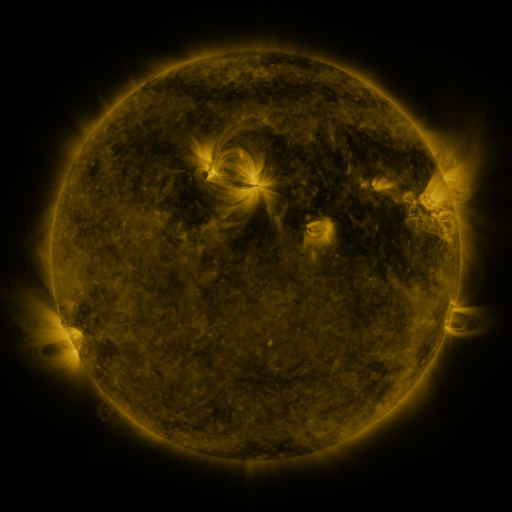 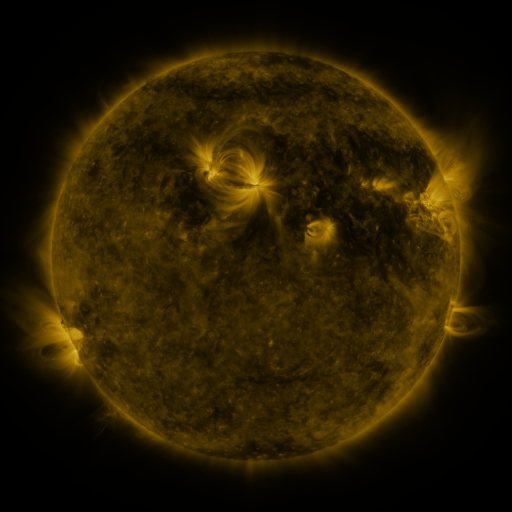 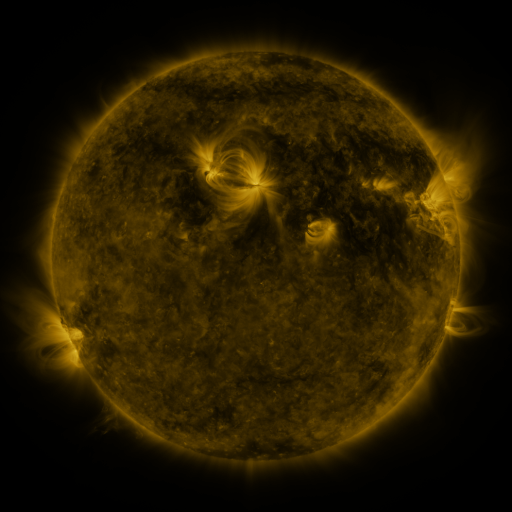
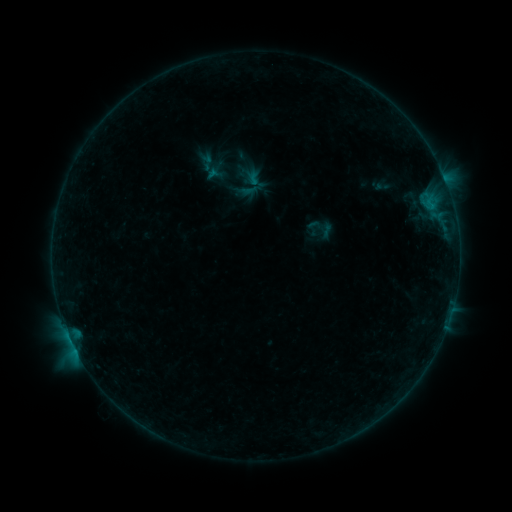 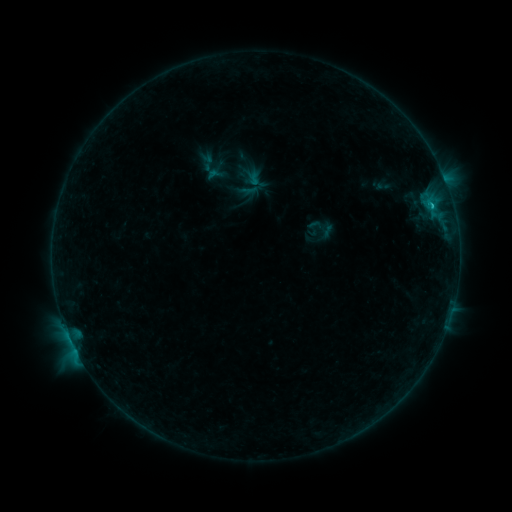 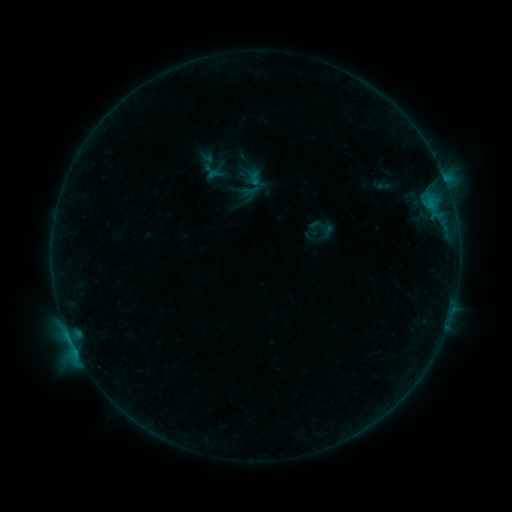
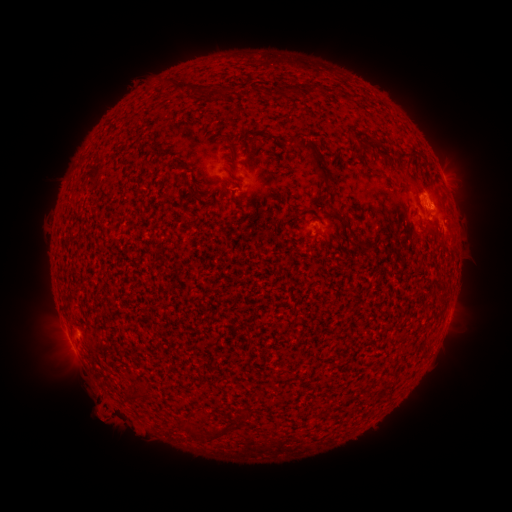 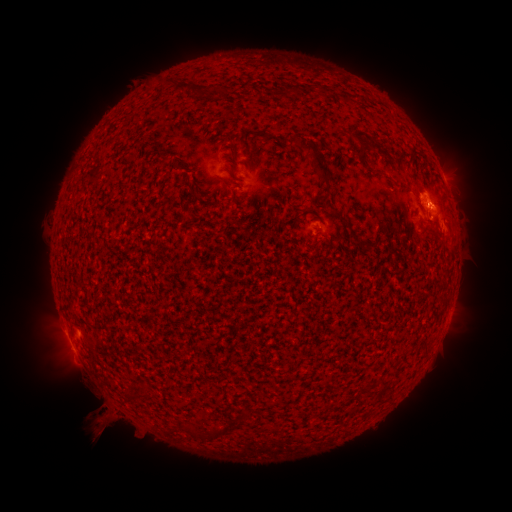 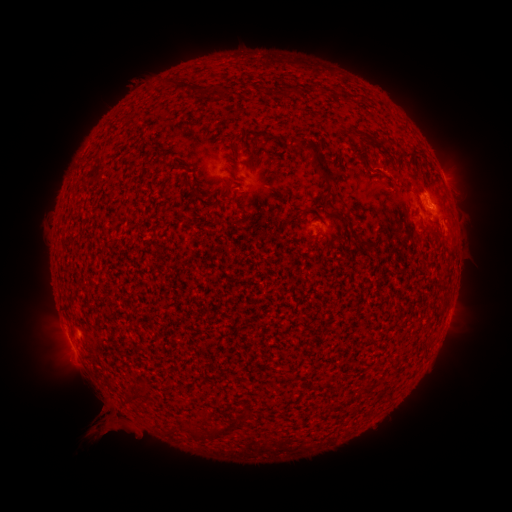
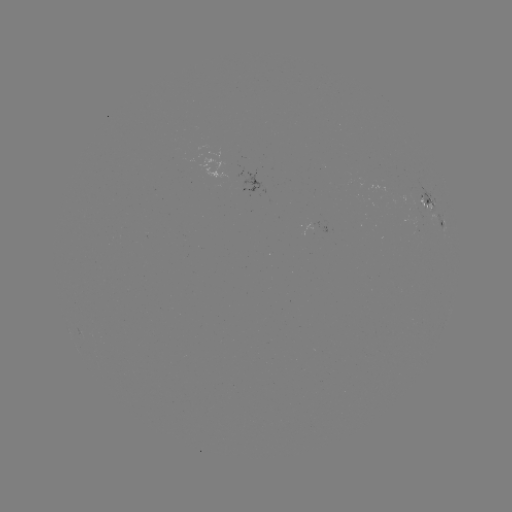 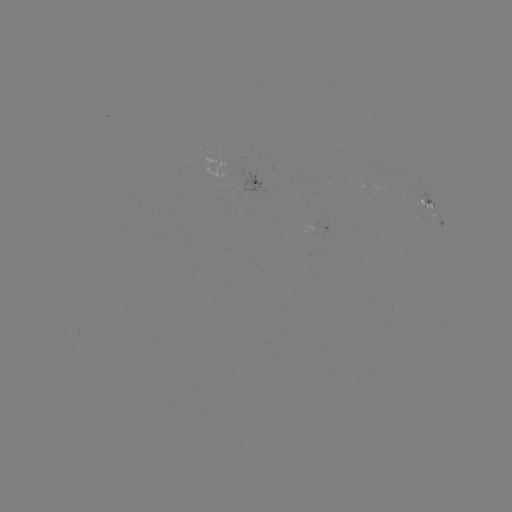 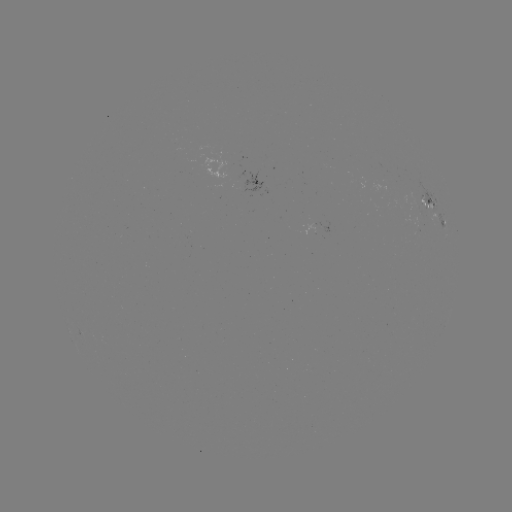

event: eruption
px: (95, 424)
